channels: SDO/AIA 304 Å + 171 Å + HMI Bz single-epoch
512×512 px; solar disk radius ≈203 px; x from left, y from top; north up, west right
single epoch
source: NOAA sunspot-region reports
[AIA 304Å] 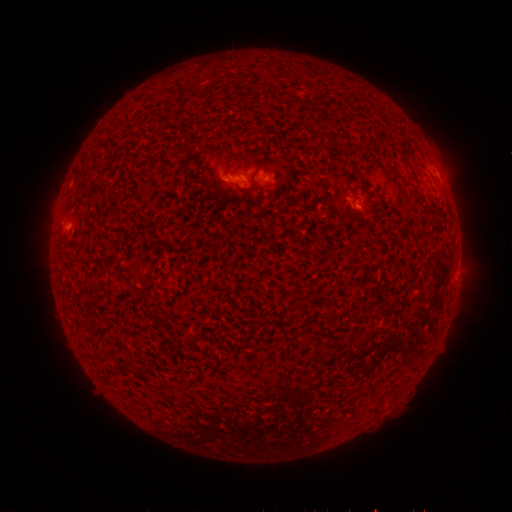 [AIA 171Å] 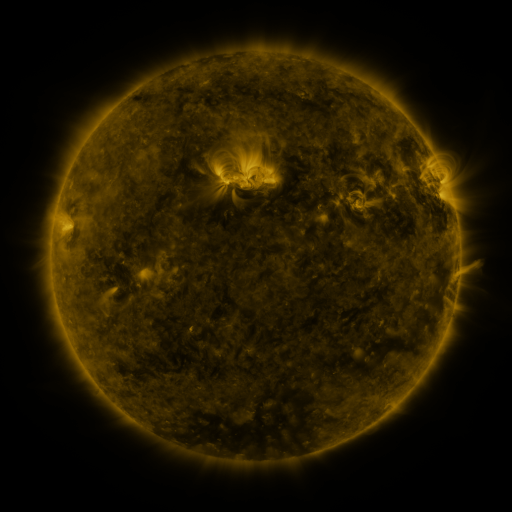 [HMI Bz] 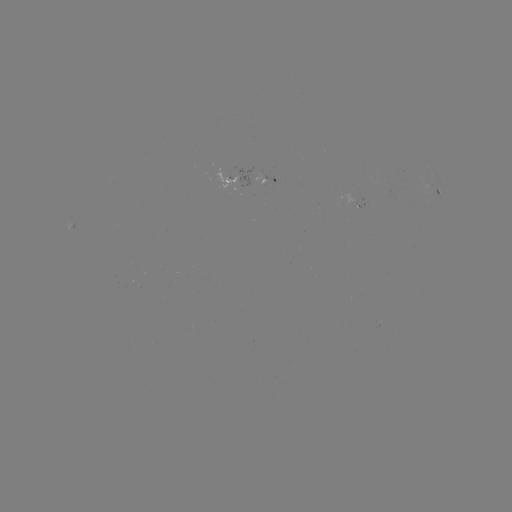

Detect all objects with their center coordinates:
spotted active region: (242, 178)
spotted active region: (266, 178)
spotted active region: (438, 191)
spotted active region: (365, 206)
